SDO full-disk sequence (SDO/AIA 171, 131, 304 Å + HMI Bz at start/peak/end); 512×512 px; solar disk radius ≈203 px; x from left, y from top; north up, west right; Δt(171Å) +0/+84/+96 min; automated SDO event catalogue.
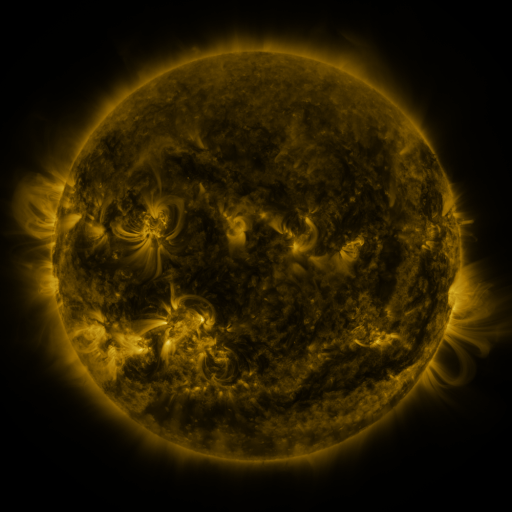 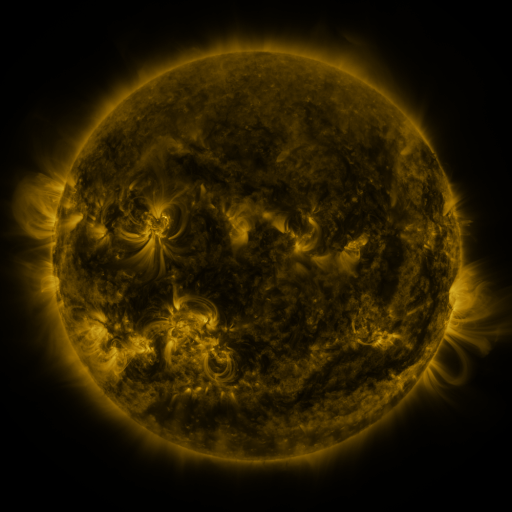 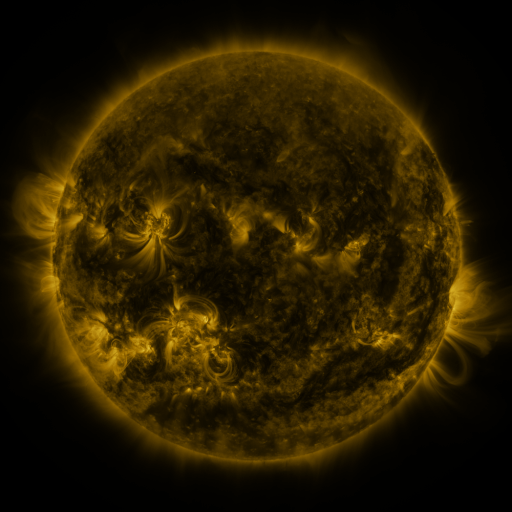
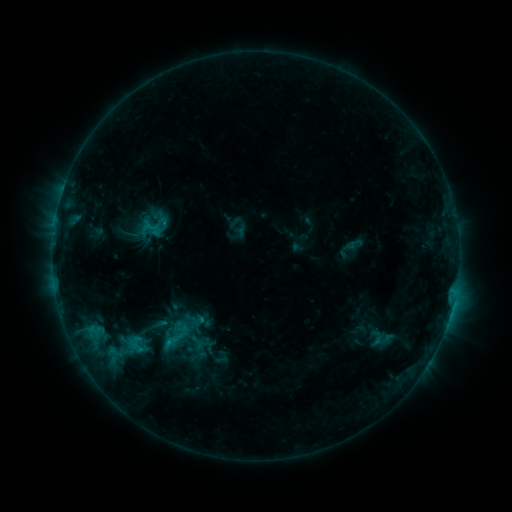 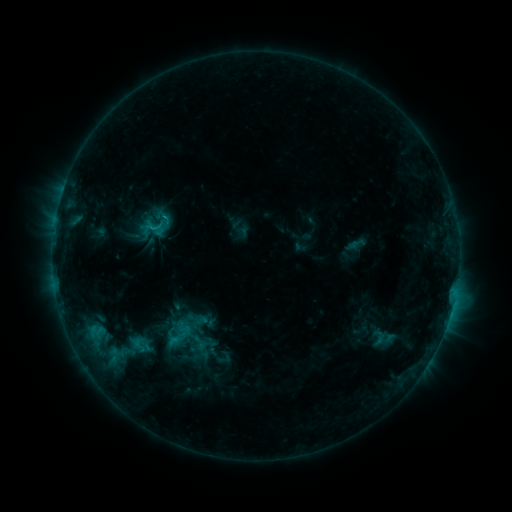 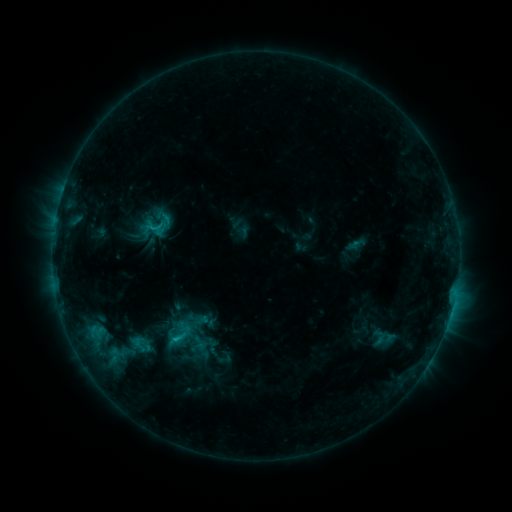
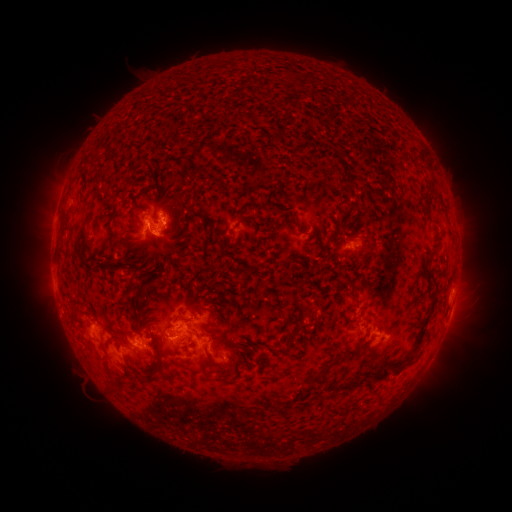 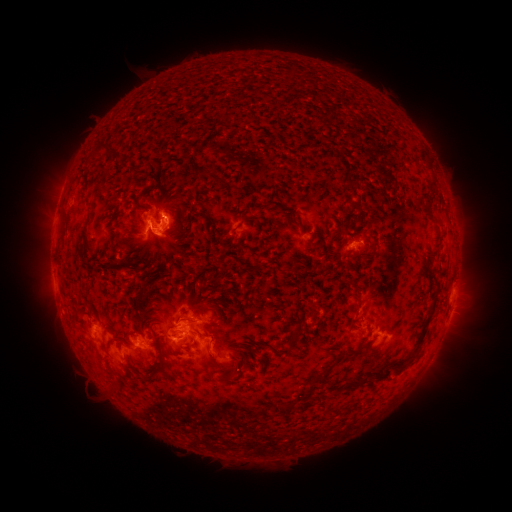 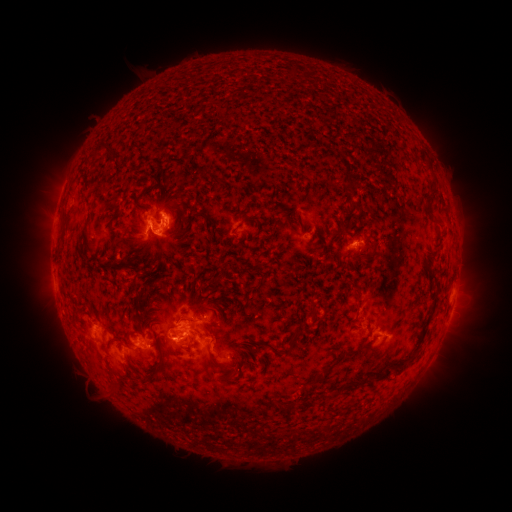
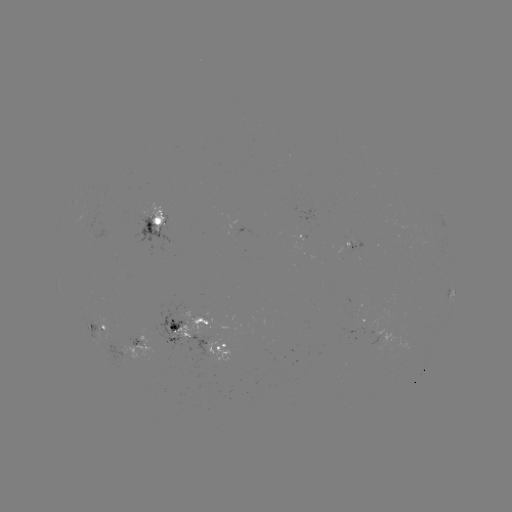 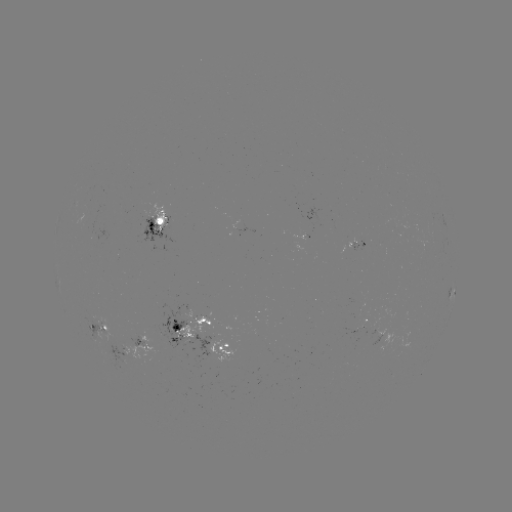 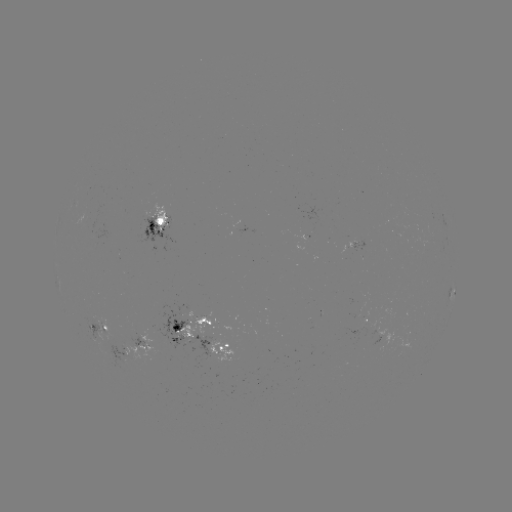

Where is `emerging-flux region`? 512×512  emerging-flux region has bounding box [152, 302, 193, 352].